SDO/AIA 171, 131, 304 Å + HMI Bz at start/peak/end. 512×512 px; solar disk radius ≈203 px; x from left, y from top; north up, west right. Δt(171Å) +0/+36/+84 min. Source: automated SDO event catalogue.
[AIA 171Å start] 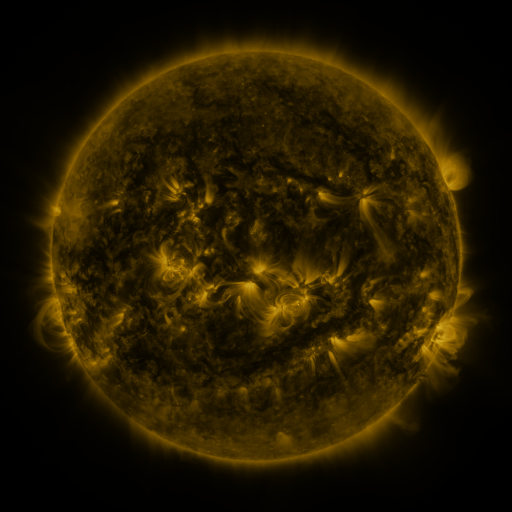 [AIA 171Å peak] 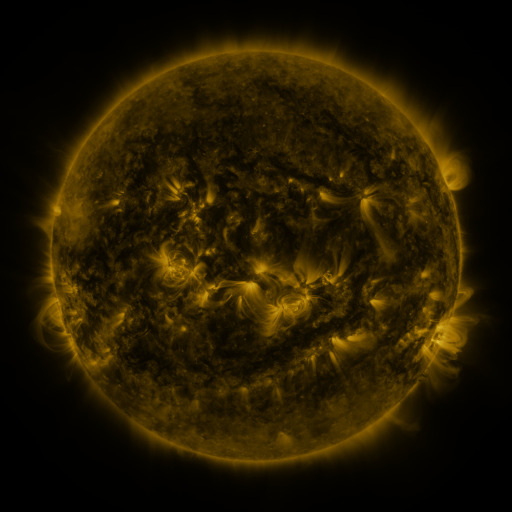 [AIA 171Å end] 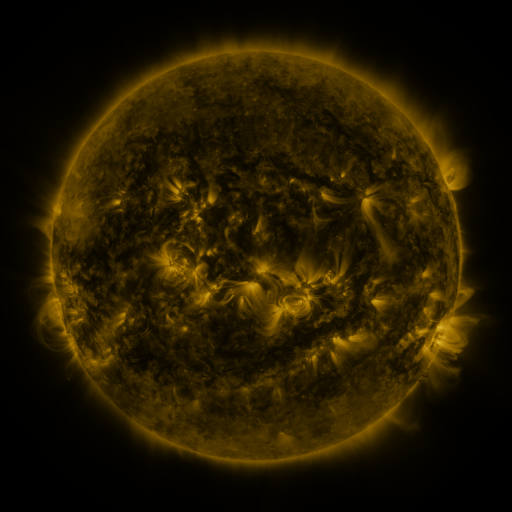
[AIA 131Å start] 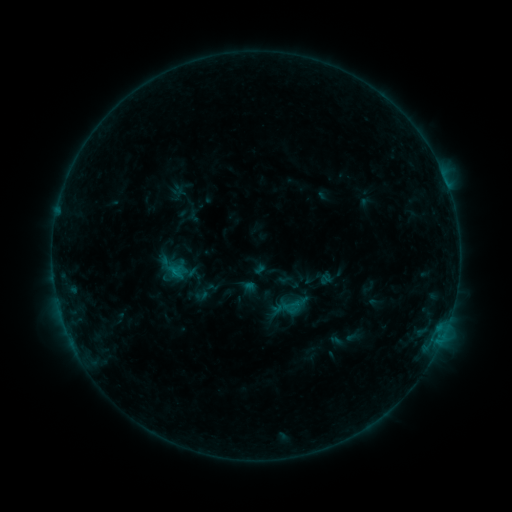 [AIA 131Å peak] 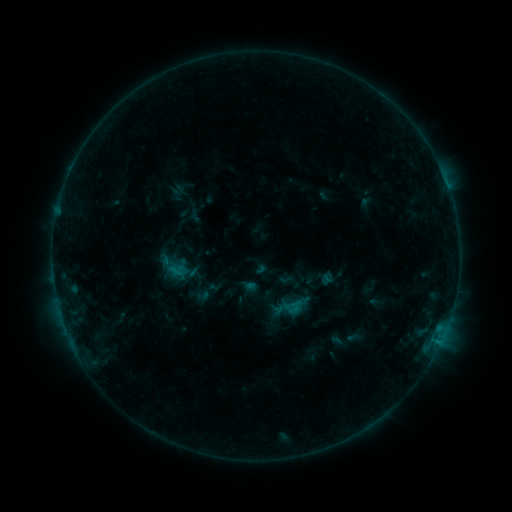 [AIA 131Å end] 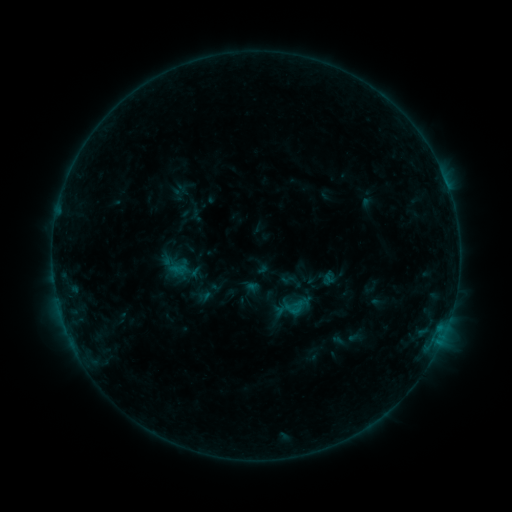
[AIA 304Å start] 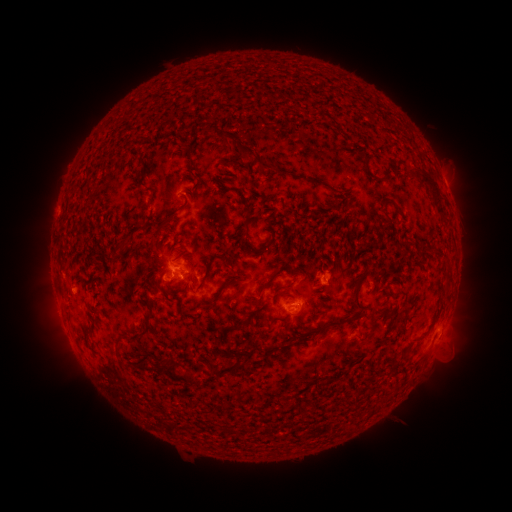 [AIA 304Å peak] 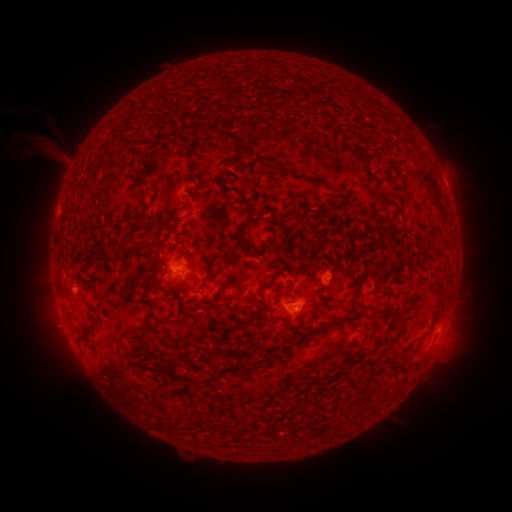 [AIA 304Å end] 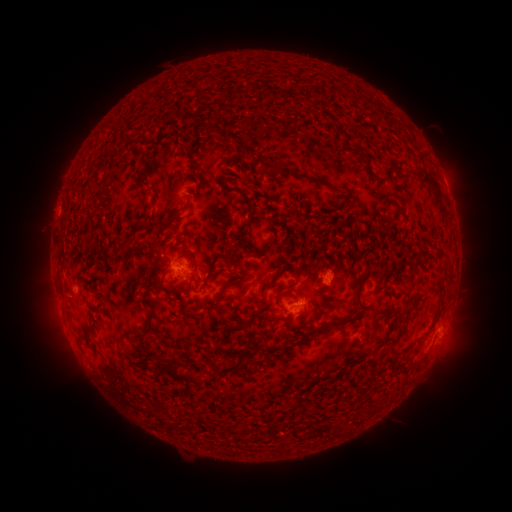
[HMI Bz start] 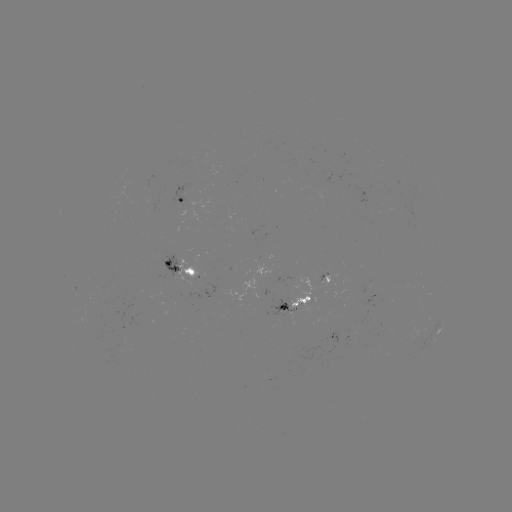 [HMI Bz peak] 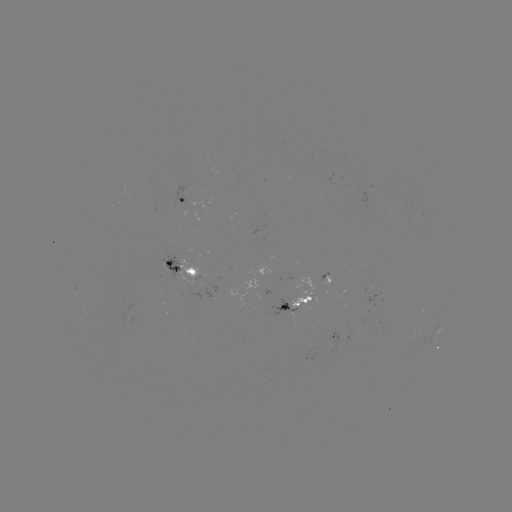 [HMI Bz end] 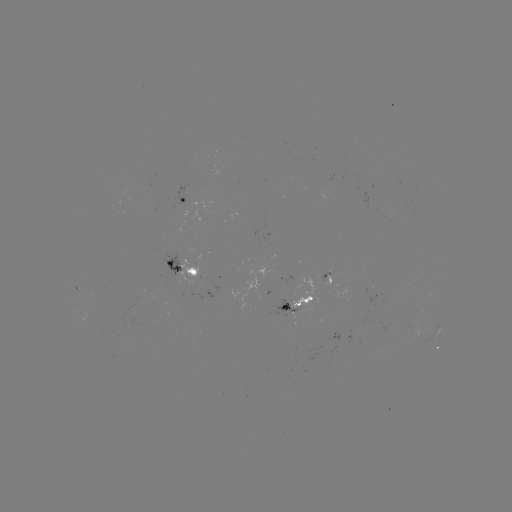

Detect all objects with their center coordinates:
filament eruption: (43, 145)
